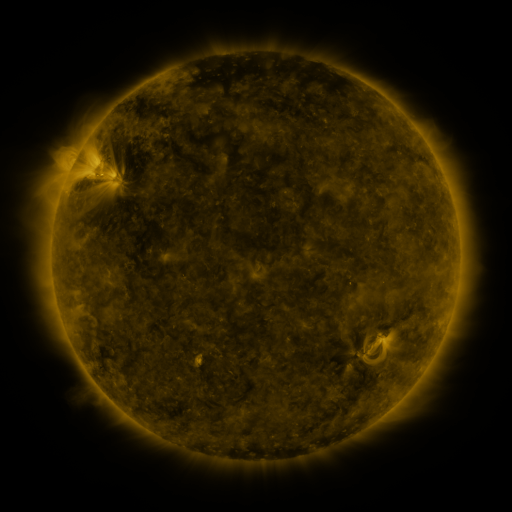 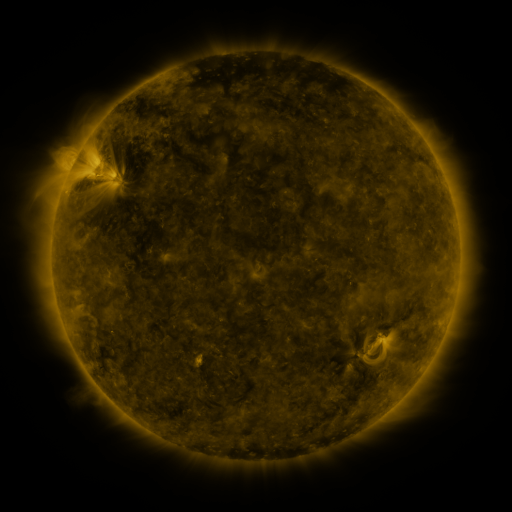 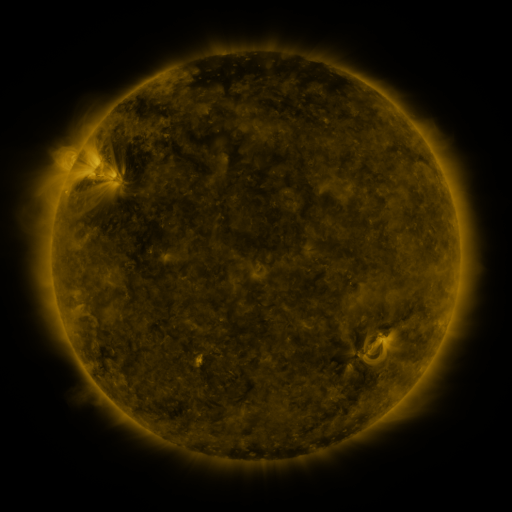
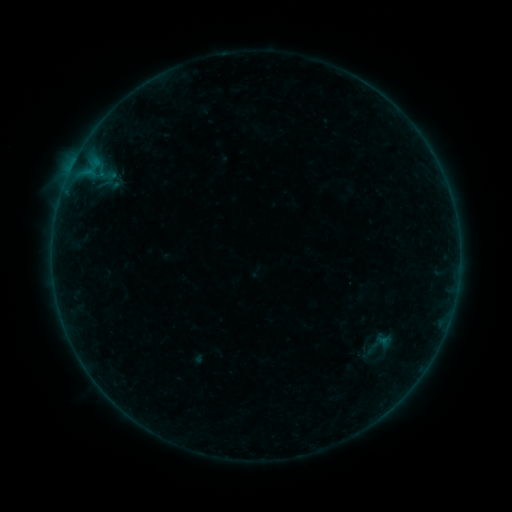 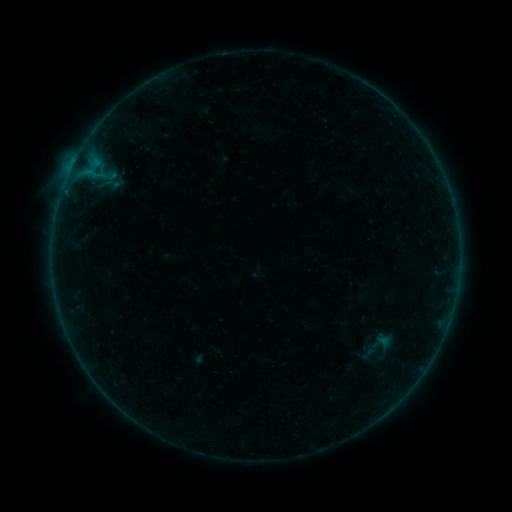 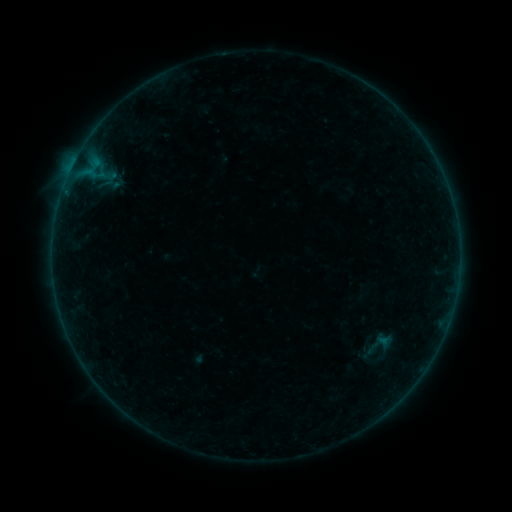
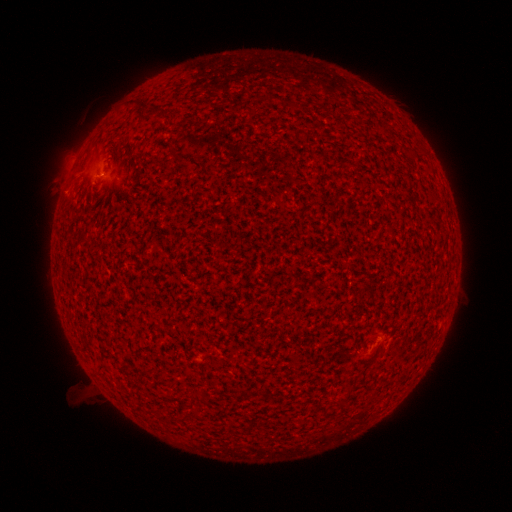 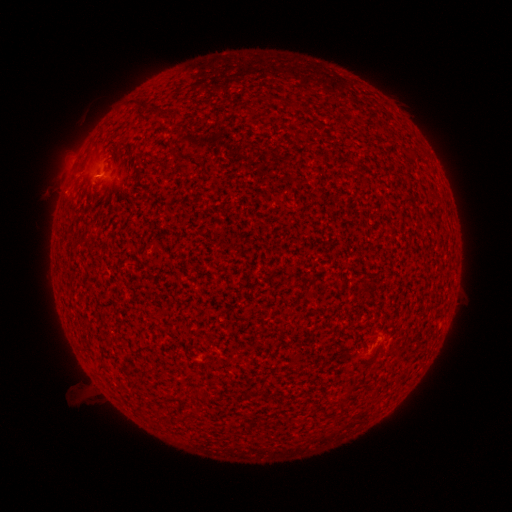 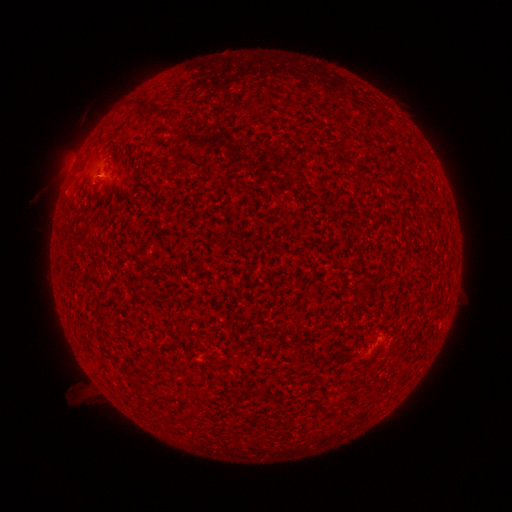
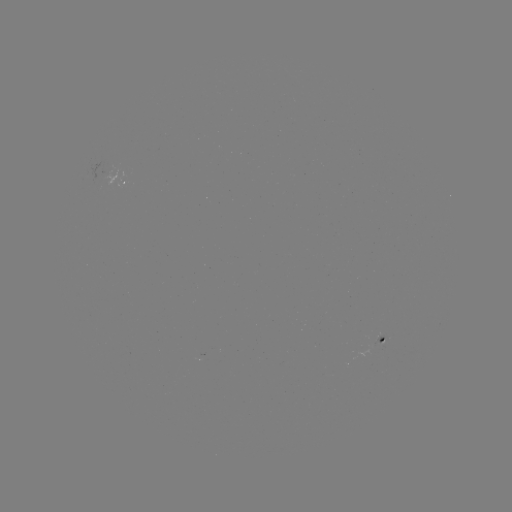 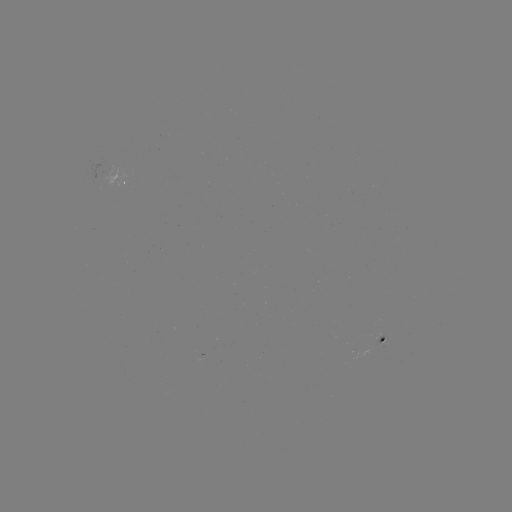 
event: flare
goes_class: A7.7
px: (75, 165)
